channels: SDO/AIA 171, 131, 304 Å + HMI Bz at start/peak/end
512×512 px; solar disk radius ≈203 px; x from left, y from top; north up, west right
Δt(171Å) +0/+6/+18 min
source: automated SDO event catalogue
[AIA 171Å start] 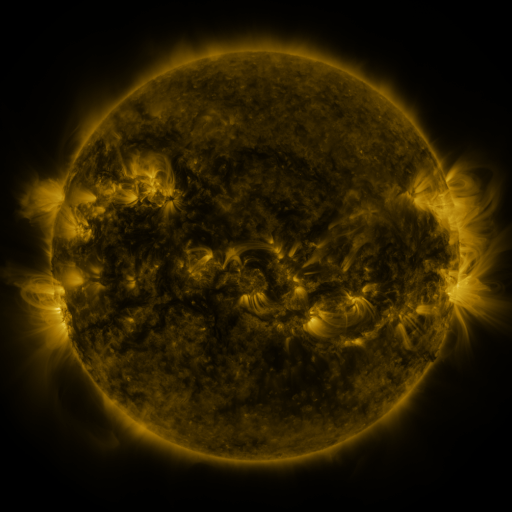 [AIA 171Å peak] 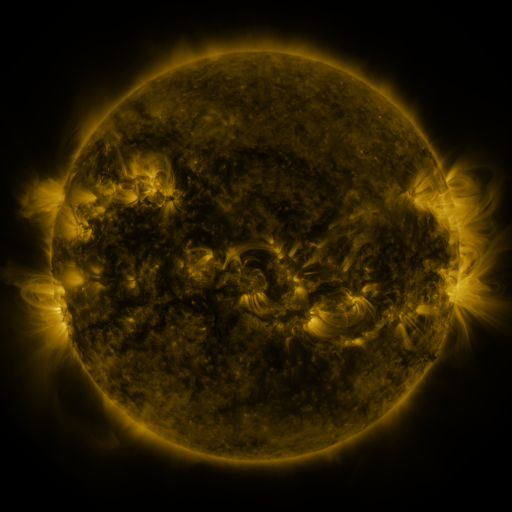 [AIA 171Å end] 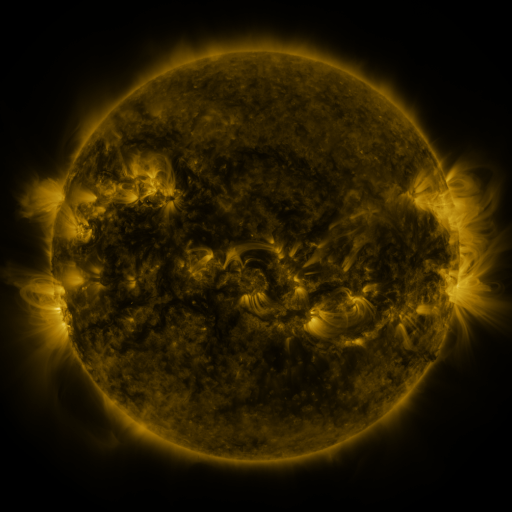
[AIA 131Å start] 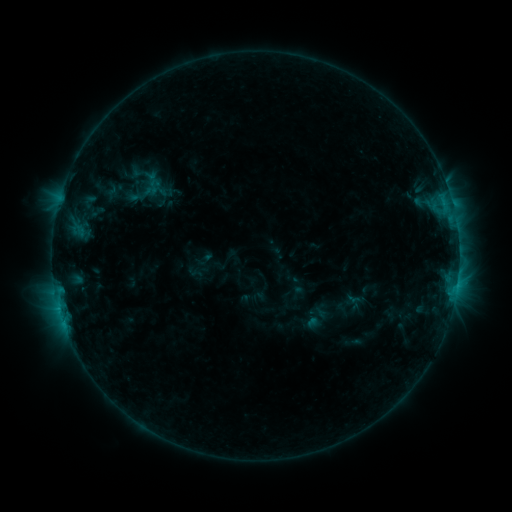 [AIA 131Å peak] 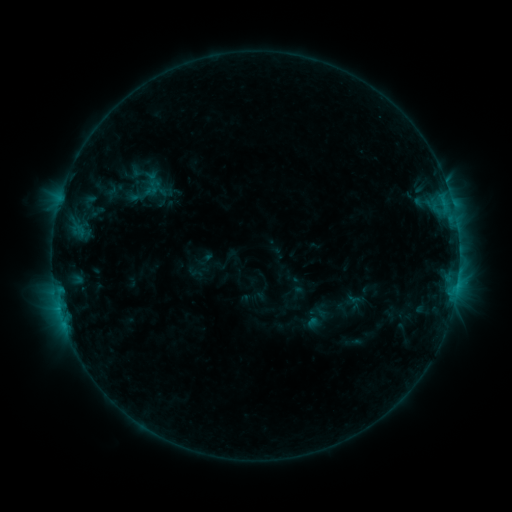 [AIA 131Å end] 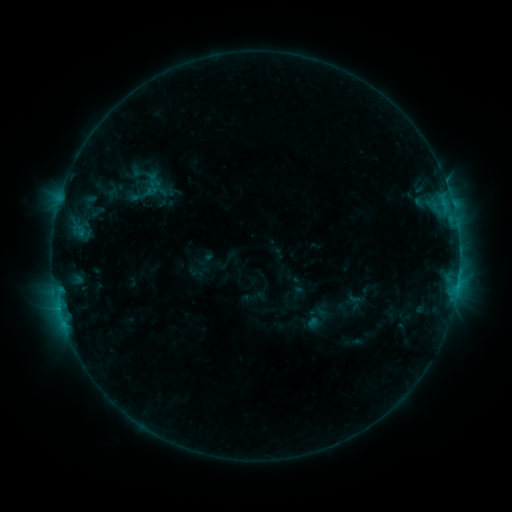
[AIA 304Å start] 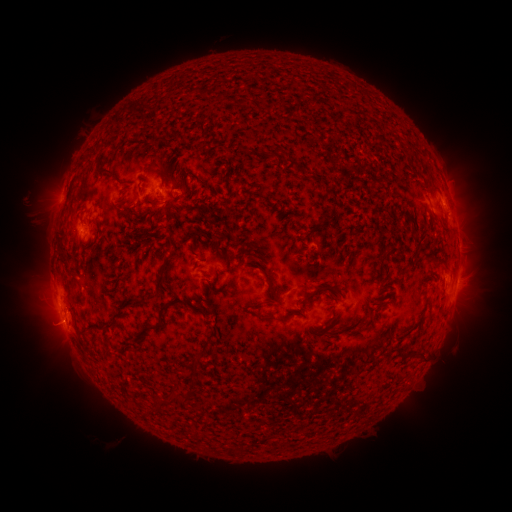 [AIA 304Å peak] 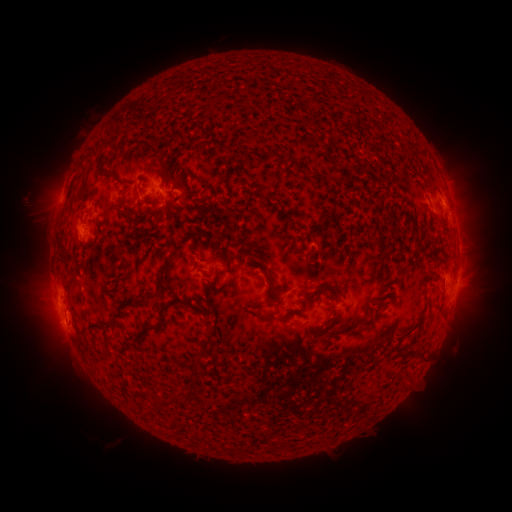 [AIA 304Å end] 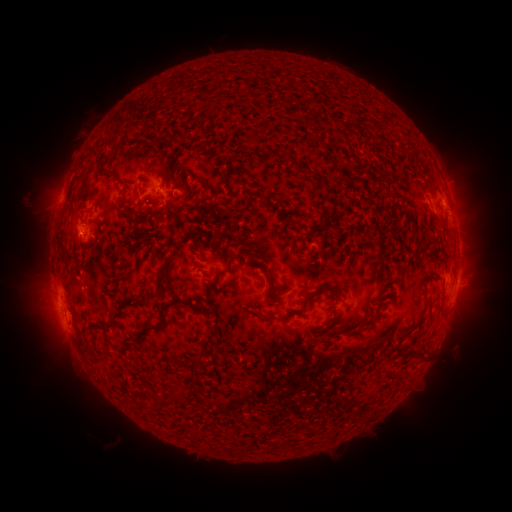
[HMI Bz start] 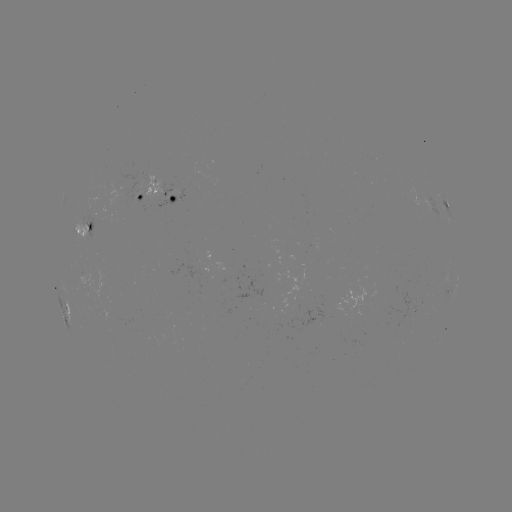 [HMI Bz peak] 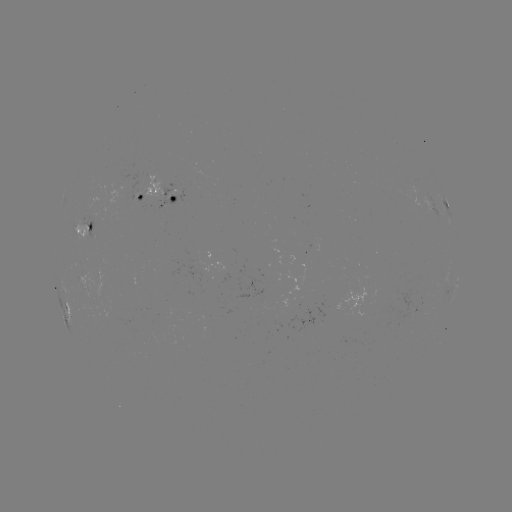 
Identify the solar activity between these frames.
nothing was catalogued: no classed flare, no EUV trigger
